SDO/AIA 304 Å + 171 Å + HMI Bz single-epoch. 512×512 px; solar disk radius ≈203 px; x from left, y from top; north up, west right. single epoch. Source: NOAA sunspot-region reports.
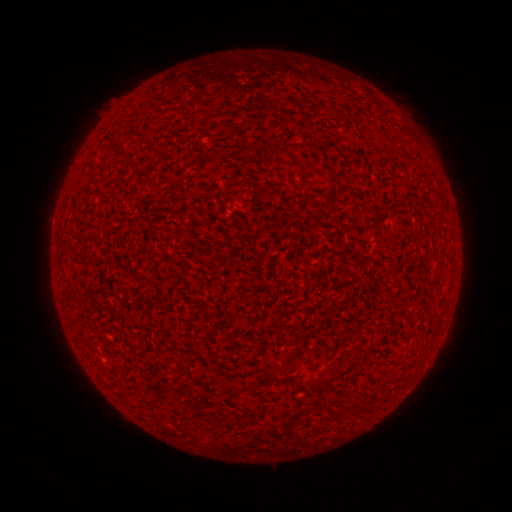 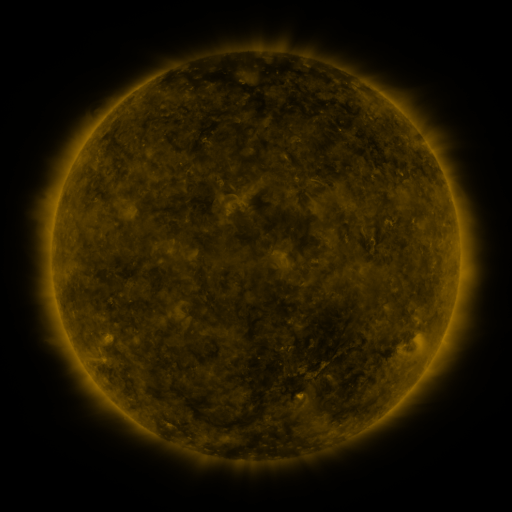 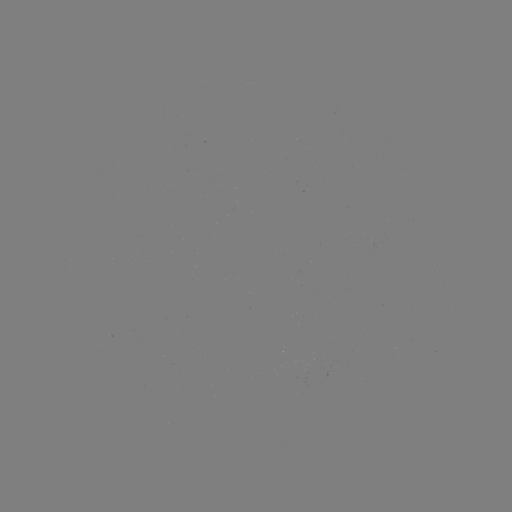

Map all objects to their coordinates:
(none)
